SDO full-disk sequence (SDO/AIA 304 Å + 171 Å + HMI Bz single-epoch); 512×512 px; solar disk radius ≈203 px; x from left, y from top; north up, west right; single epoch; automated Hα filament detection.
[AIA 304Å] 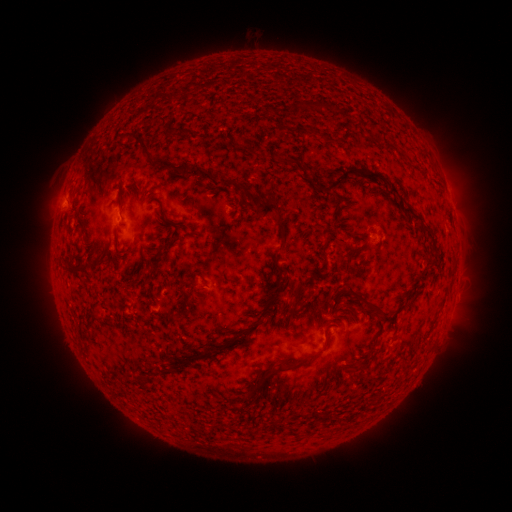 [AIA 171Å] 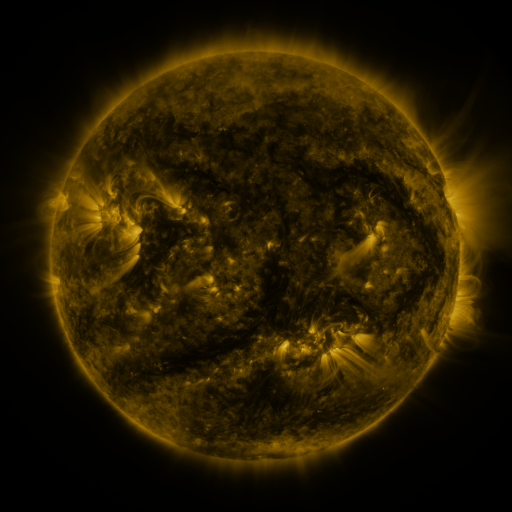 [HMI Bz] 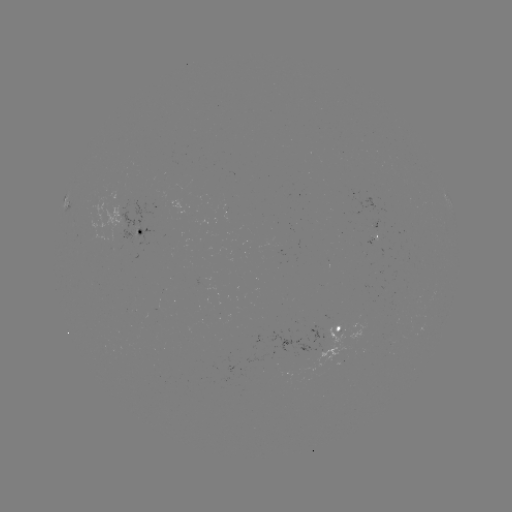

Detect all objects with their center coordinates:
filament: (154, 118)
filament: (287, 130)
filament: (178, 131)
filament: (308, 131)
filament: (394, 148)
filament: (143, 152)
filament: (260, 159)
filament: (280, 159)
filament: (188, 169)
filament: (374, 173)
filament: (344, 174)
filament: (235, 186)
filament: (392, 188)
filament: (119, 207)
filament: (275, 213)
filament: (415, 214)
filament: (165, 217)
filament: (169, 243)
filament: (78, 271)
filament: (191, 276)
filament: (205, 283)
filament: (299, 283)
filament: (361, 296)
filament: (302, 305)
filament: (96, 315)
filament: (385, 317)
filament: (231, 343)
filament: (272, 372)
